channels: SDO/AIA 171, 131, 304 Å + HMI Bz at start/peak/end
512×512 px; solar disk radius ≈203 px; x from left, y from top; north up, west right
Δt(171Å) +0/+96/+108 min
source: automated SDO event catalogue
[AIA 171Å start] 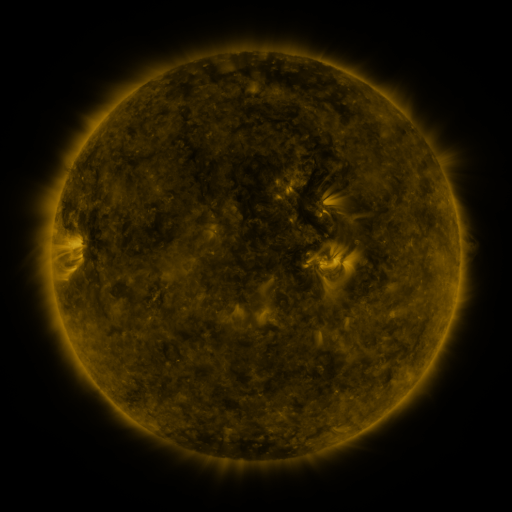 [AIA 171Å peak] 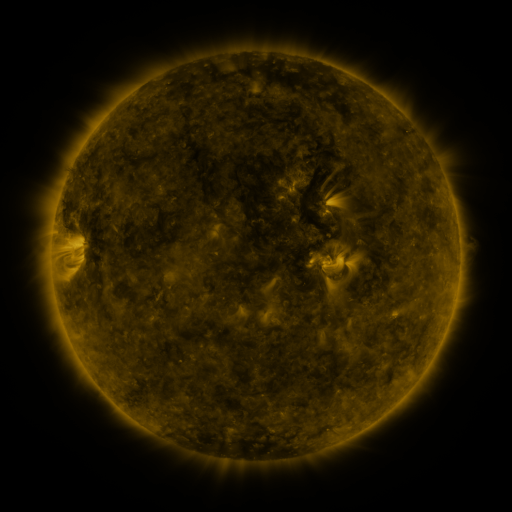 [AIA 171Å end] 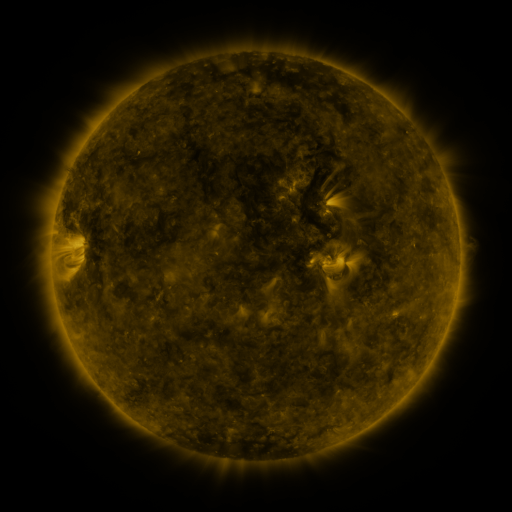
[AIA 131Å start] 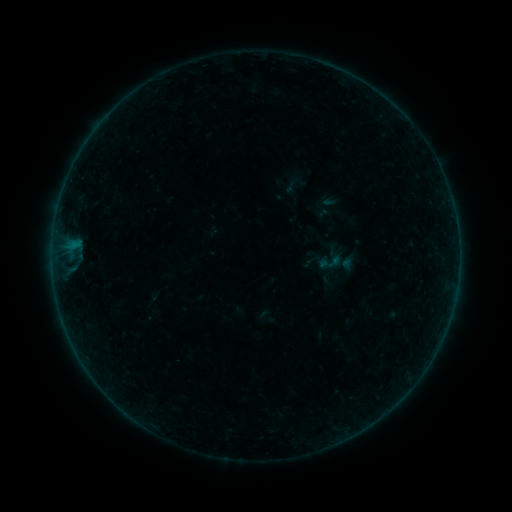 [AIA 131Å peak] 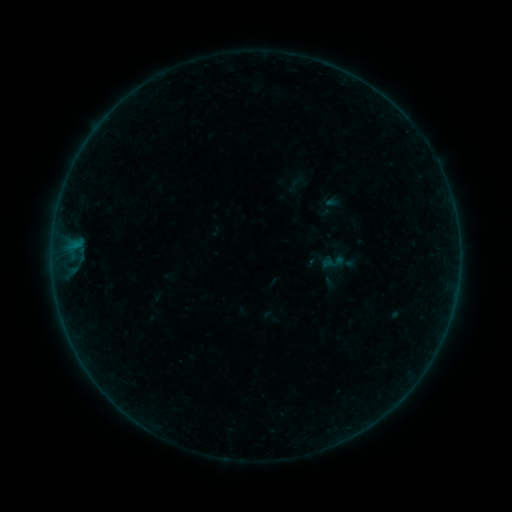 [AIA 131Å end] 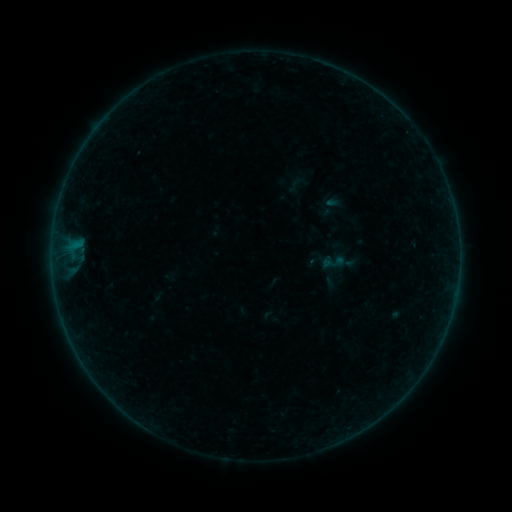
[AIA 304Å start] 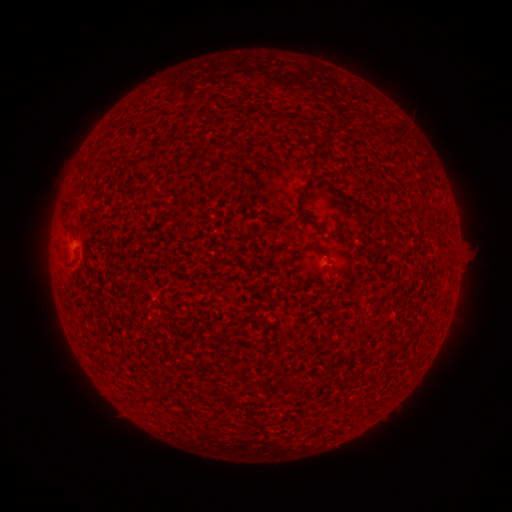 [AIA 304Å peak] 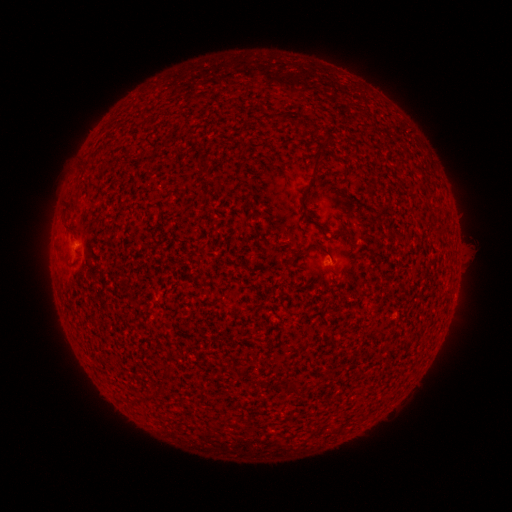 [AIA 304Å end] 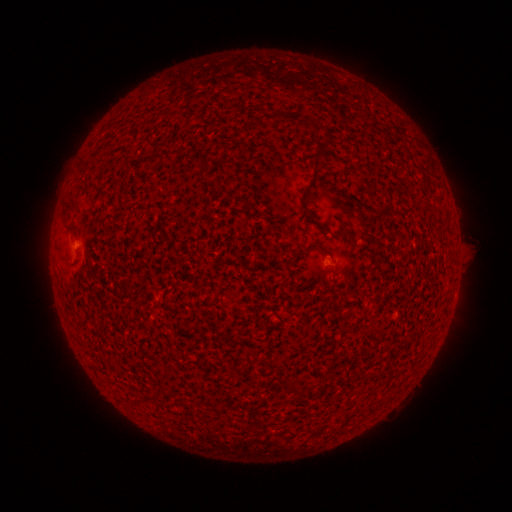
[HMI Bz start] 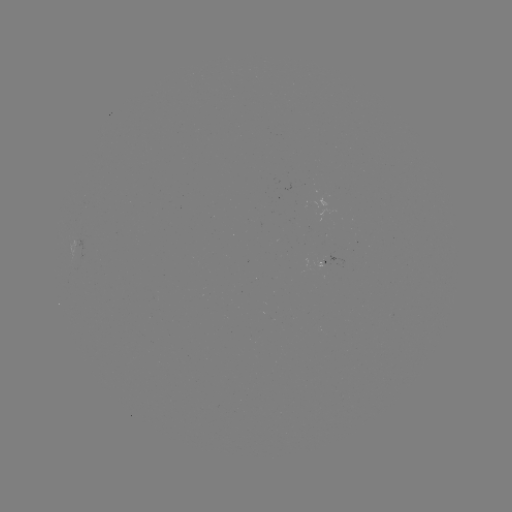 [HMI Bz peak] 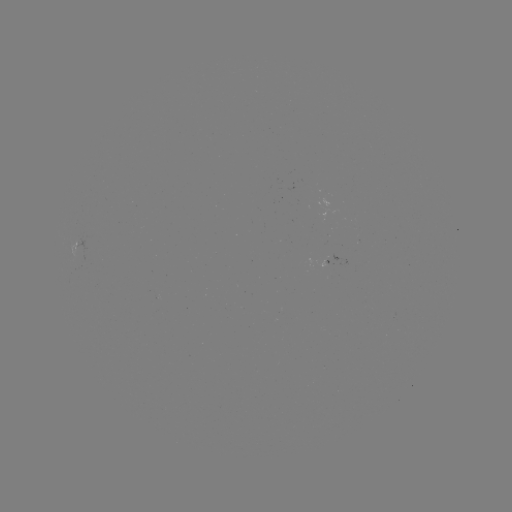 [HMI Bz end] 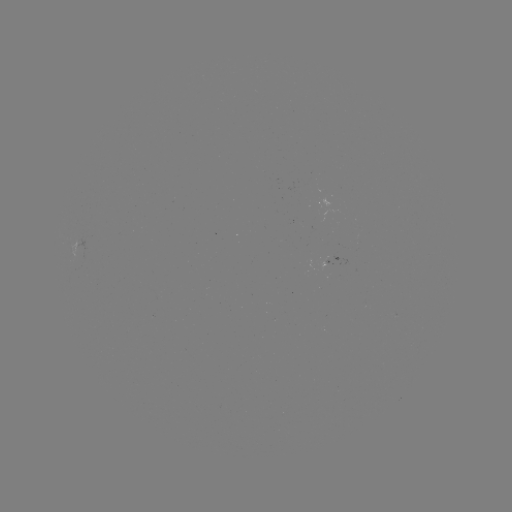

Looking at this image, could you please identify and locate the emerging-flux region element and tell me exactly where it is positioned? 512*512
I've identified emerging-flux region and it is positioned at (323, 260).